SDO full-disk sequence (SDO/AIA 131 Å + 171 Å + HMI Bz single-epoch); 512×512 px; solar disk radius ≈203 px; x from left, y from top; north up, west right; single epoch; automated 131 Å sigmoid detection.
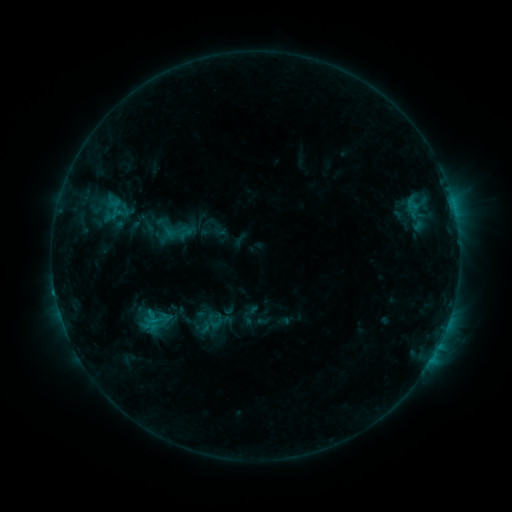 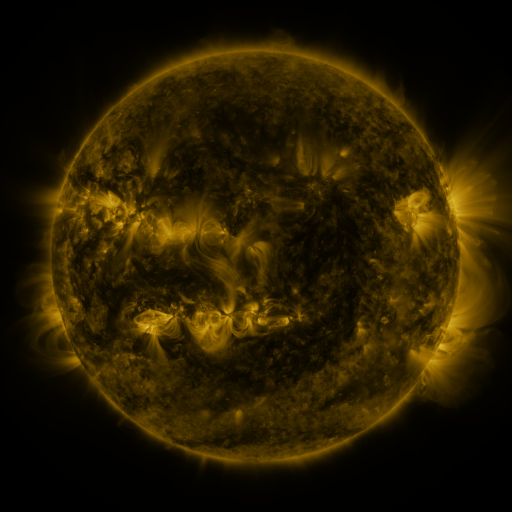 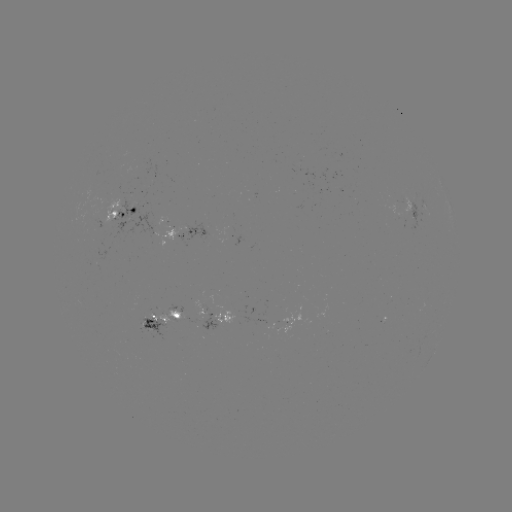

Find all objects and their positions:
sigmoid: (111, 211)
sigmoid: (149, 323)
